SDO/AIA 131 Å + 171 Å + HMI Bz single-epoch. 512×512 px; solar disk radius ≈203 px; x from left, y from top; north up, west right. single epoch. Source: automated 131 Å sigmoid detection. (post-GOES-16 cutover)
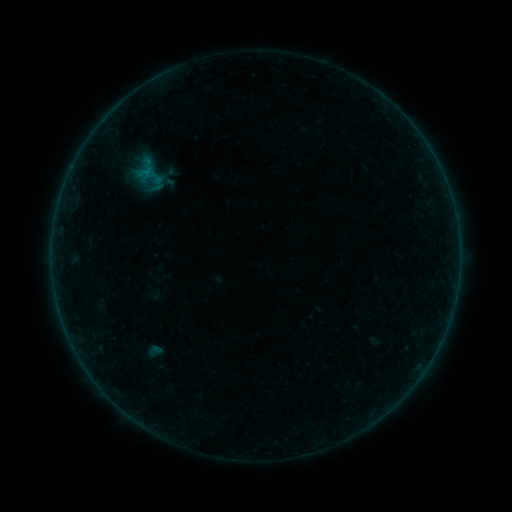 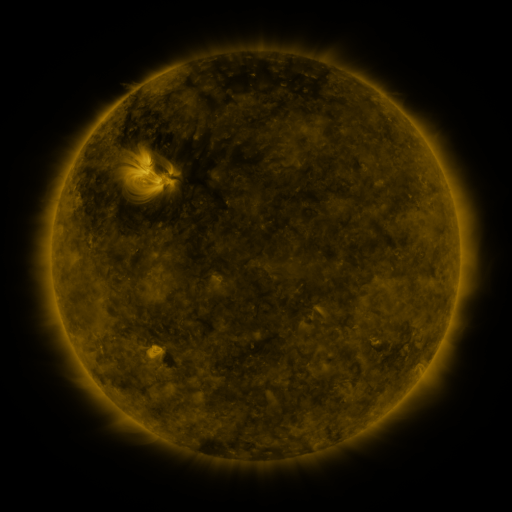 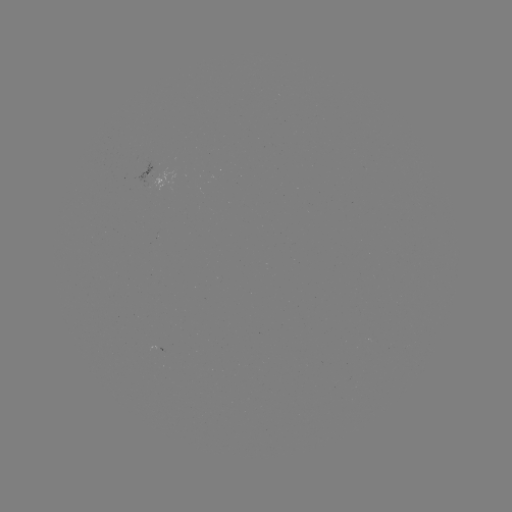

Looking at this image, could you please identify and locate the sigmoid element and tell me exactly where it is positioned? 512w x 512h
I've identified sigmoid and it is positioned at (154, 351).